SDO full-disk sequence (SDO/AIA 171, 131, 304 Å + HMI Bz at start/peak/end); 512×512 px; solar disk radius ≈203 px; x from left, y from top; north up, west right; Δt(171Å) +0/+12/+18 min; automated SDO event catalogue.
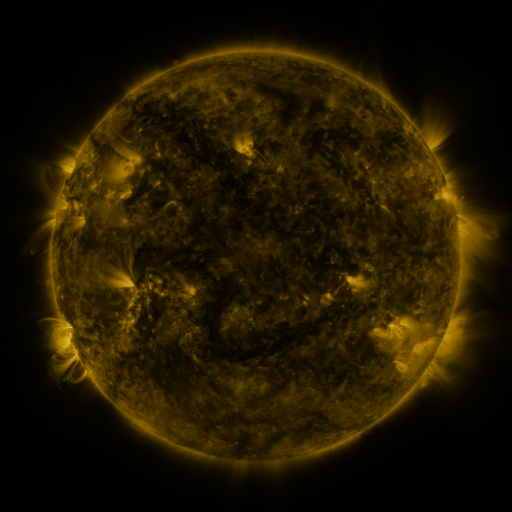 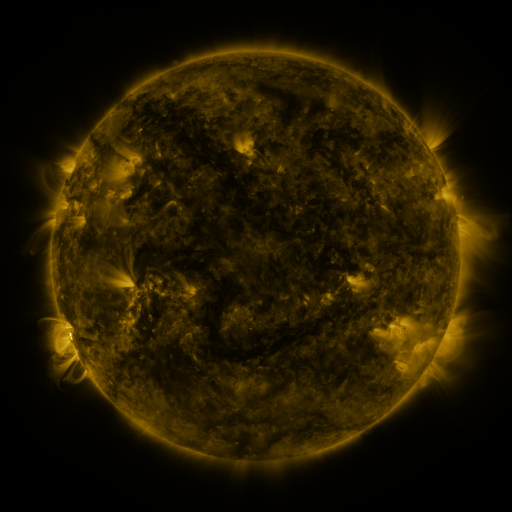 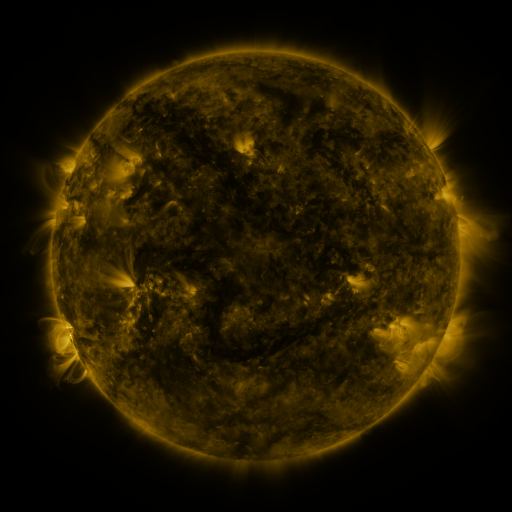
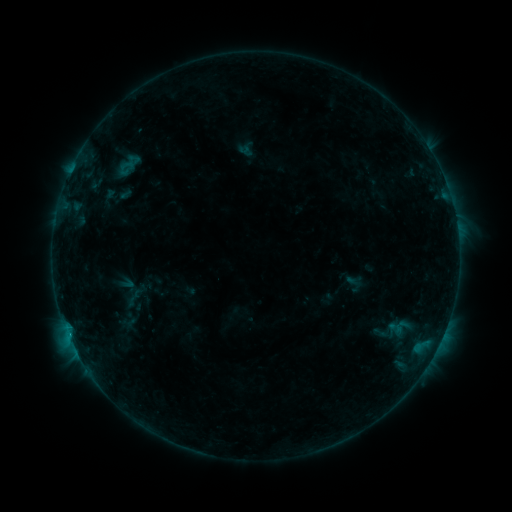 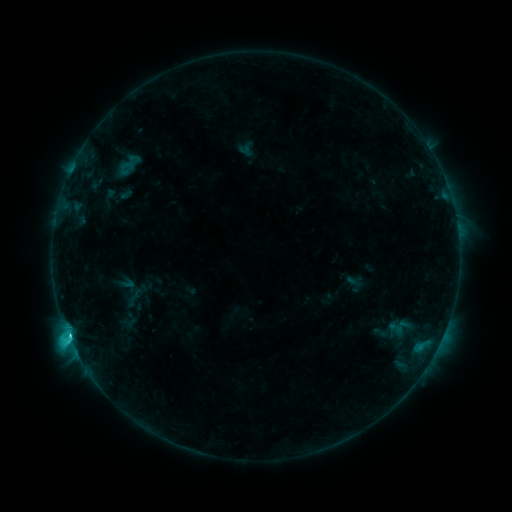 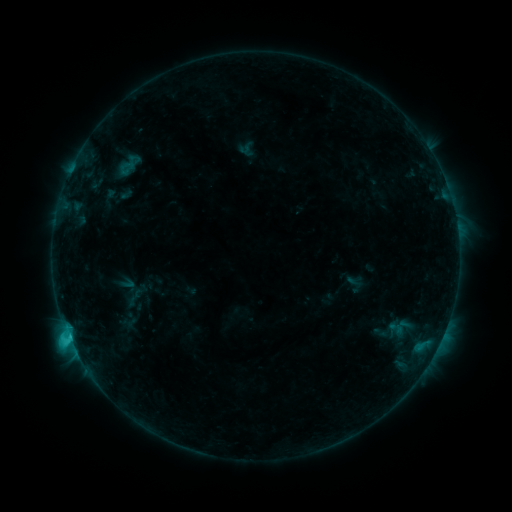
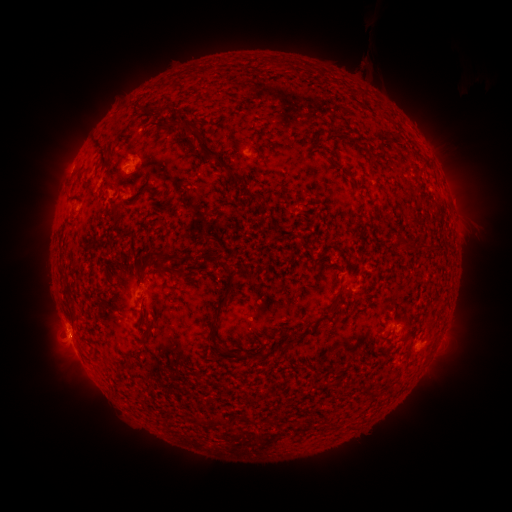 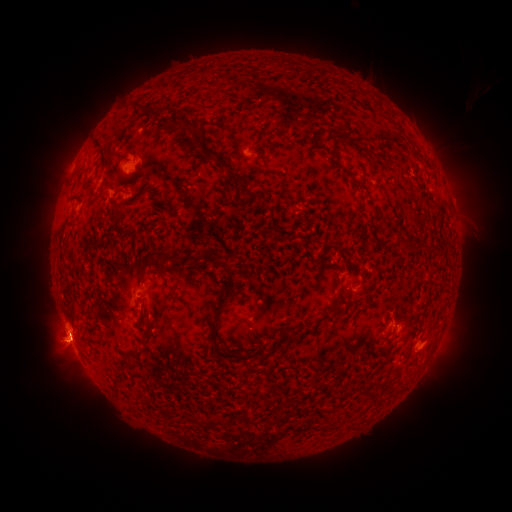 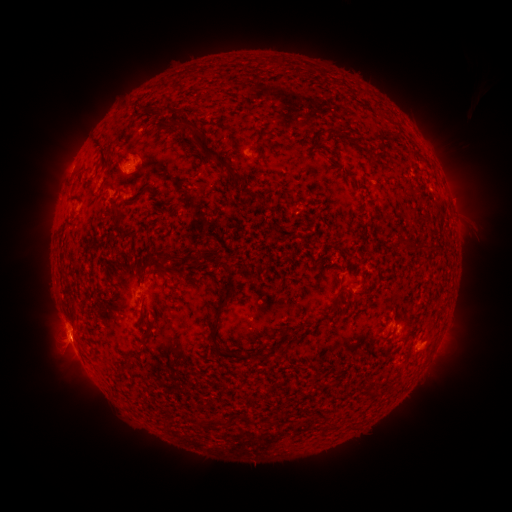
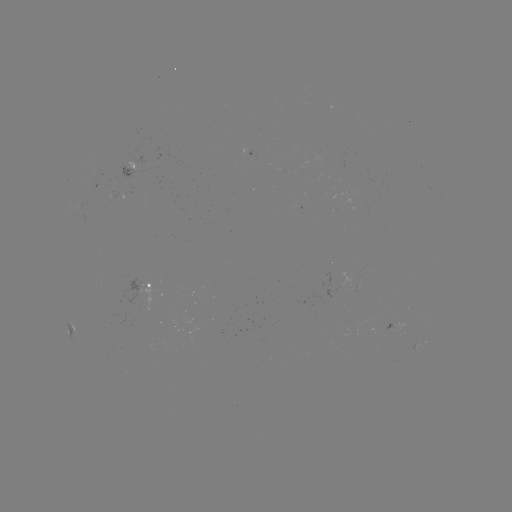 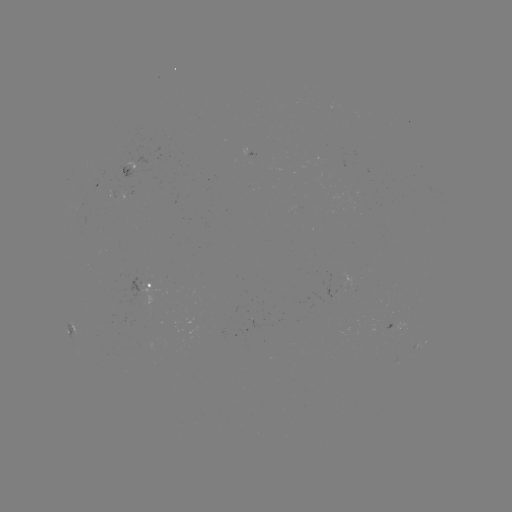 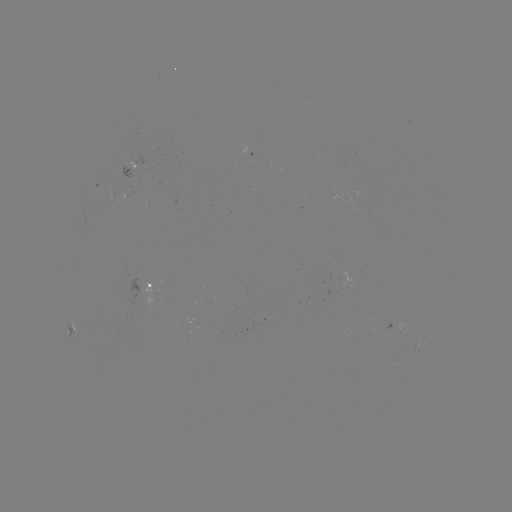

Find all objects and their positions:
eruption: (63, 348)
